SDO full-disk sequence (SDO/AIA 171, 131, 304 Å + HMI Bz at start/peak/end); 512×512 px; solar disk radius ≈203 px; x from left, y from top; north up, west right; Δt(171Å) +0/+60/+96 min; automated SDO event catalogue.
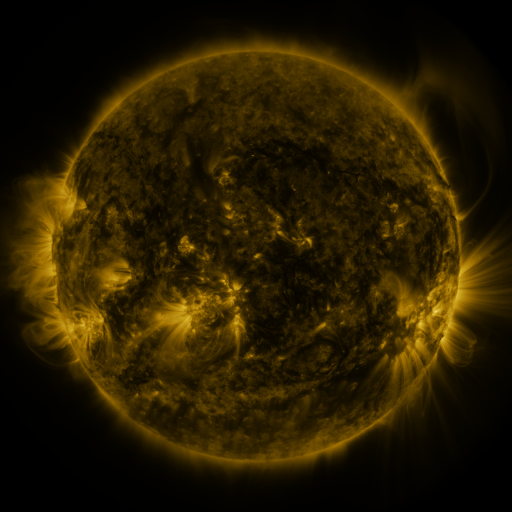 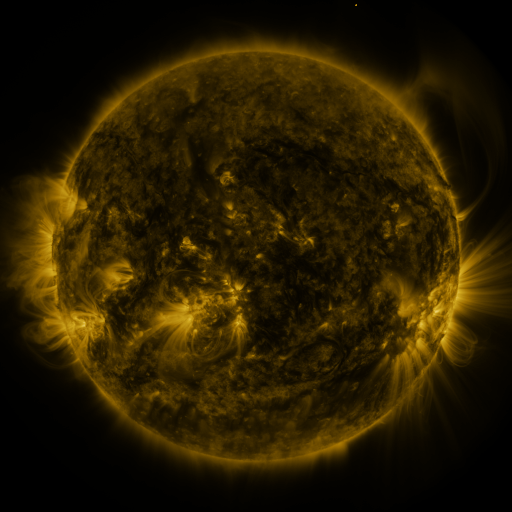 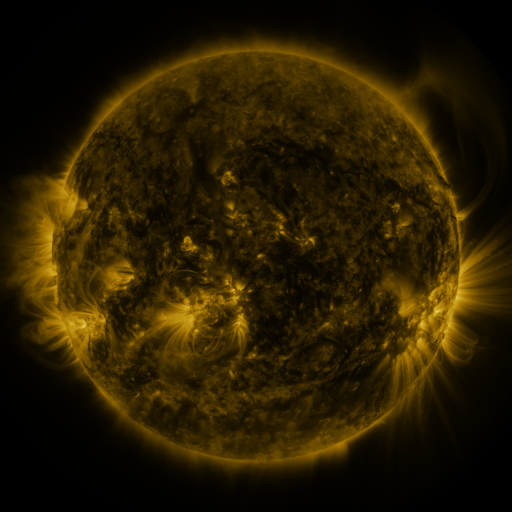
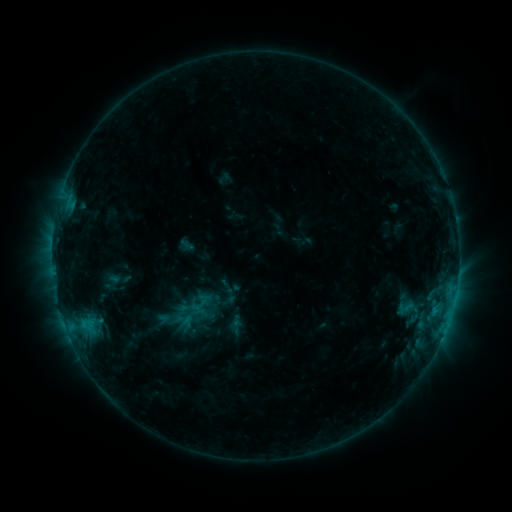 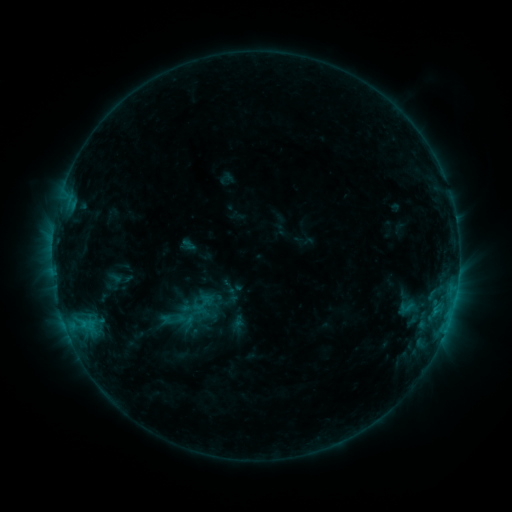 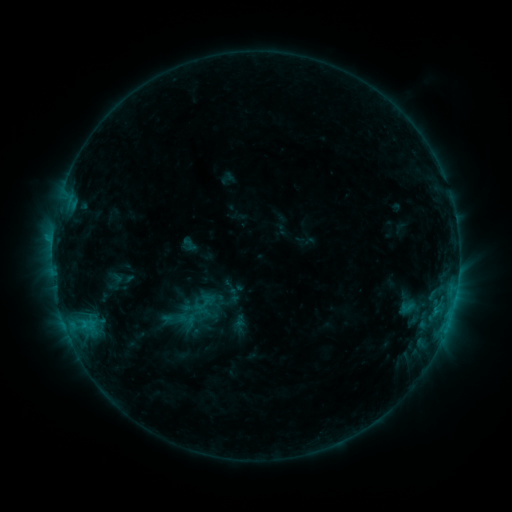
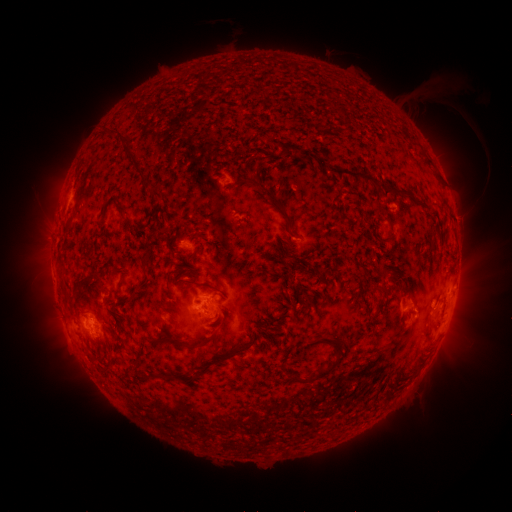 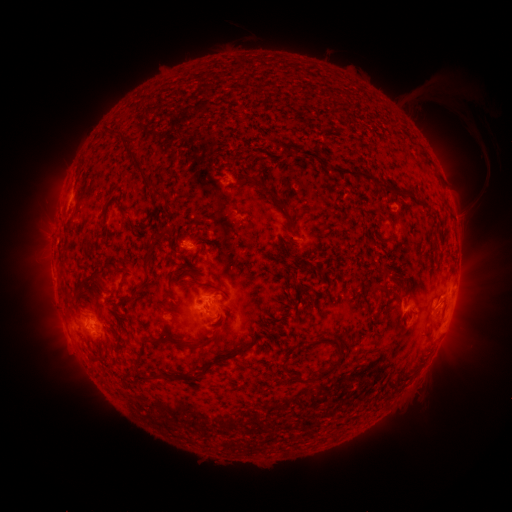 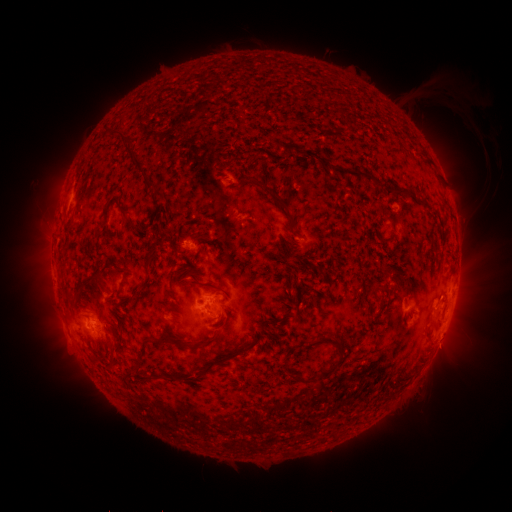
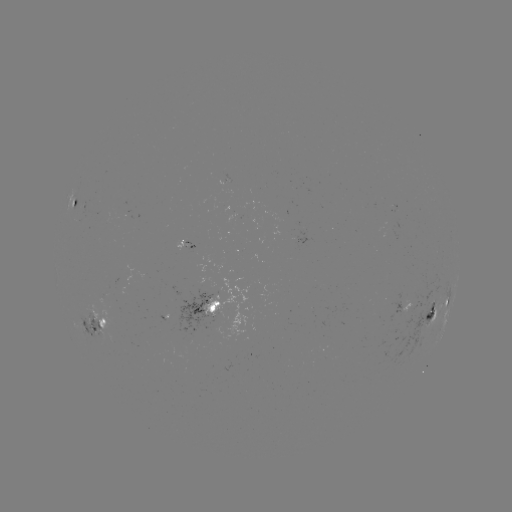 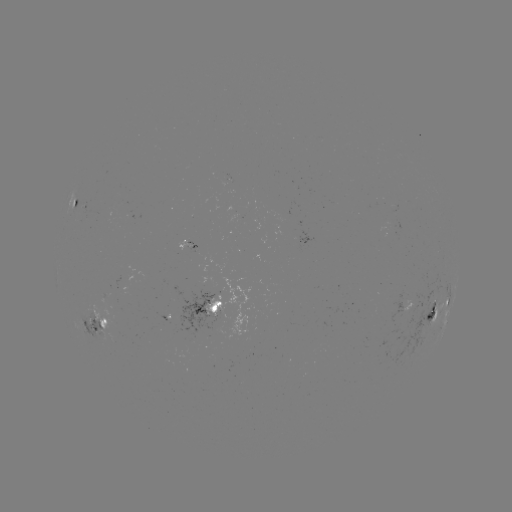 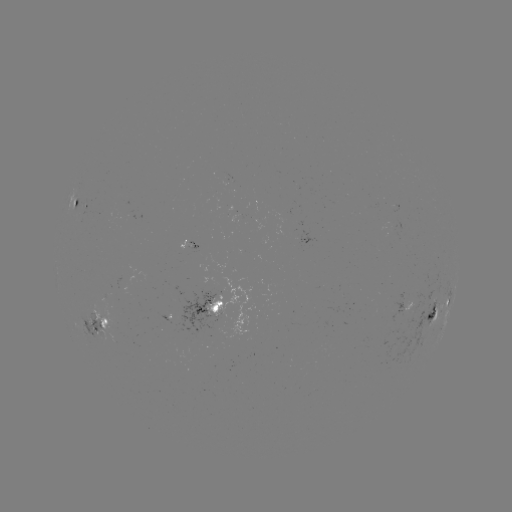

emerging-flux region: (208, 277, 219, 294)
